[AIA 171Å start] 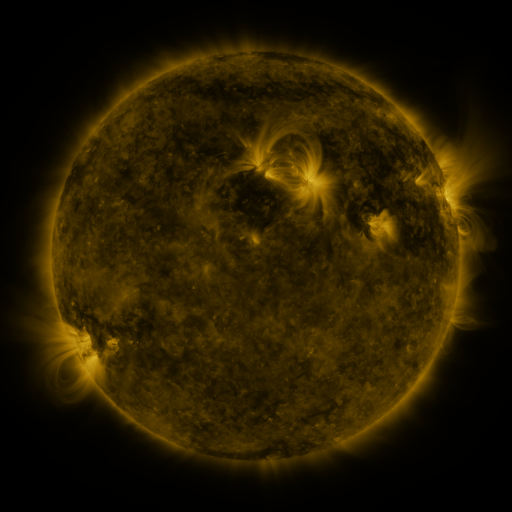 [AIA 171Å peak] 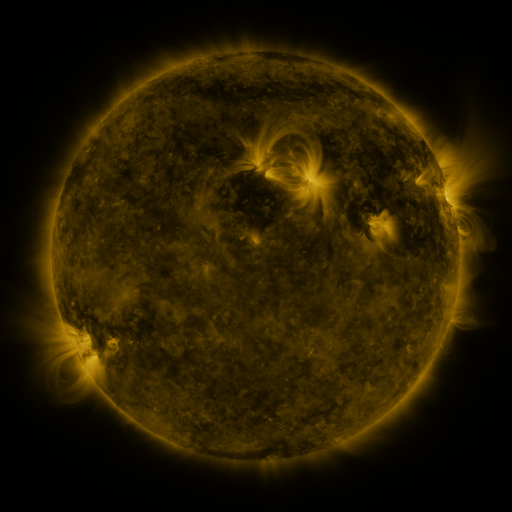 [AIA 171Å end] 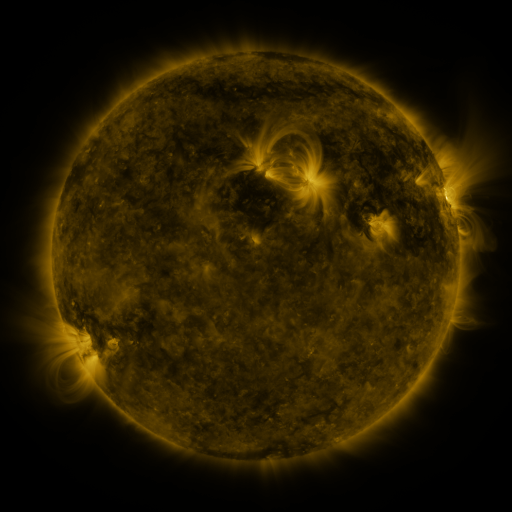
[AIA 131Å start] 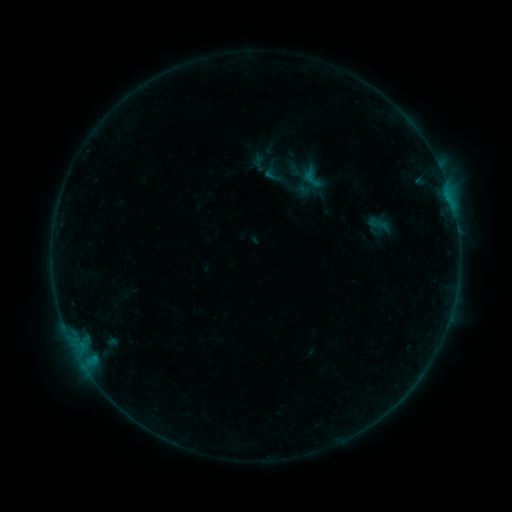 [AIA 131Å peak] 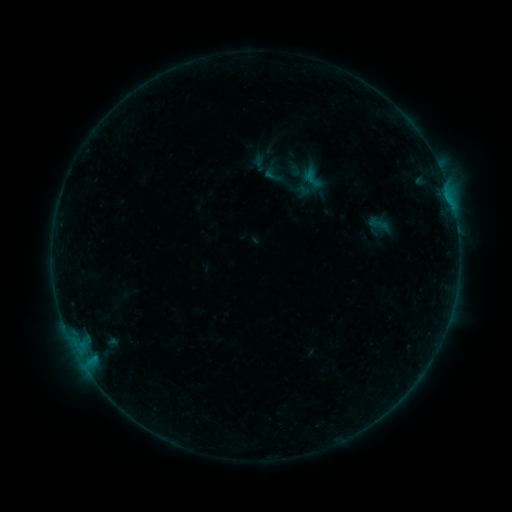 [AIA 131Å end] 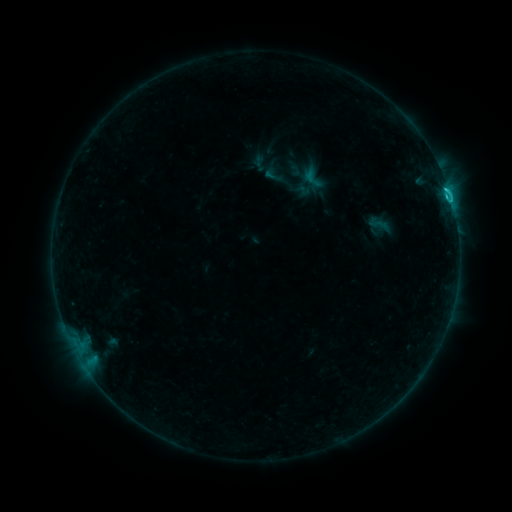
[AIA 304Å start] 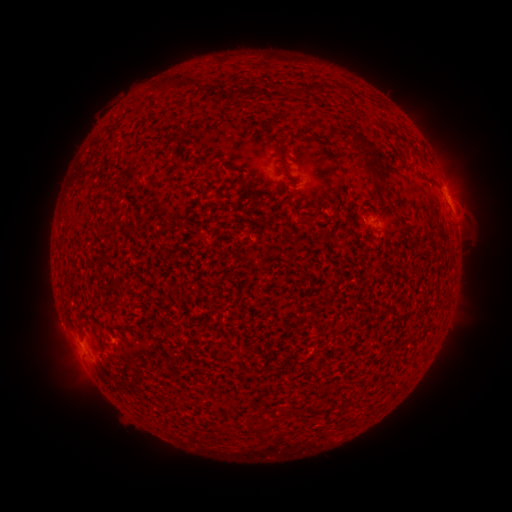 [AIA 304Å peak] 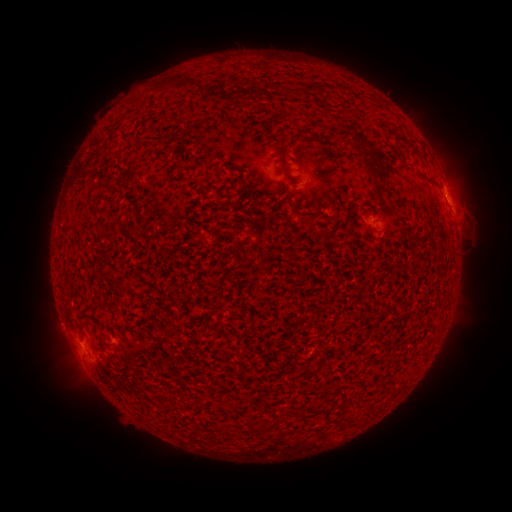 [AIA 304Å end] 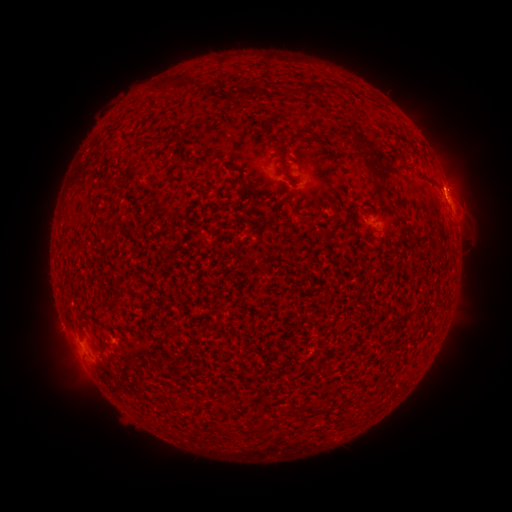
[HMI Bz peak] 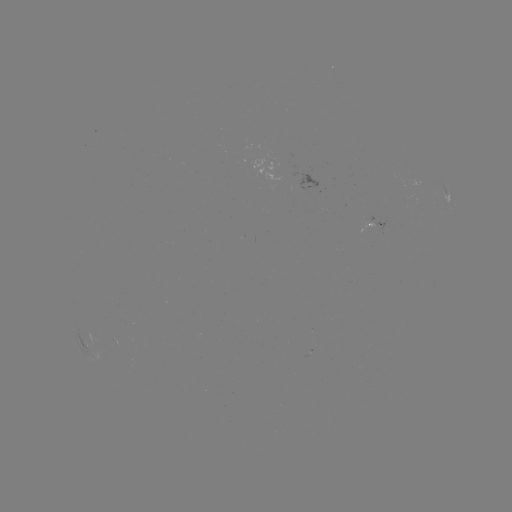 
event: eruption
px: (459, 182)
